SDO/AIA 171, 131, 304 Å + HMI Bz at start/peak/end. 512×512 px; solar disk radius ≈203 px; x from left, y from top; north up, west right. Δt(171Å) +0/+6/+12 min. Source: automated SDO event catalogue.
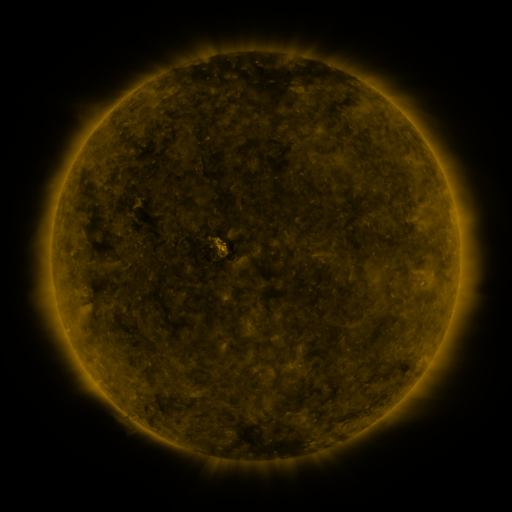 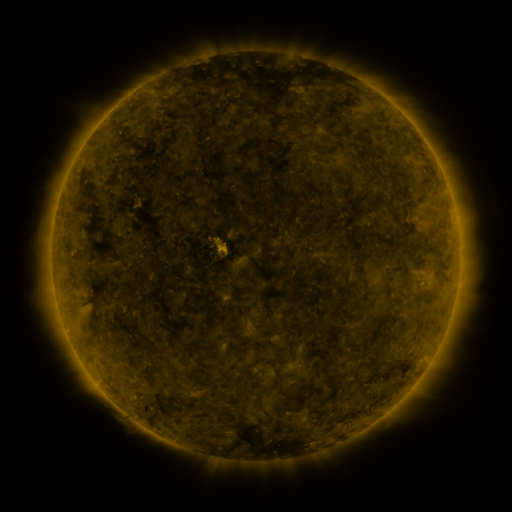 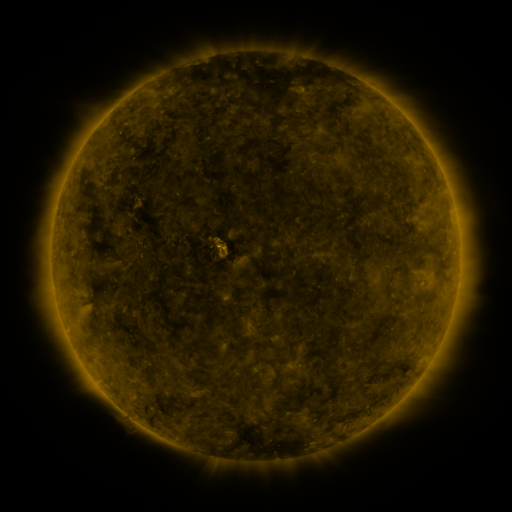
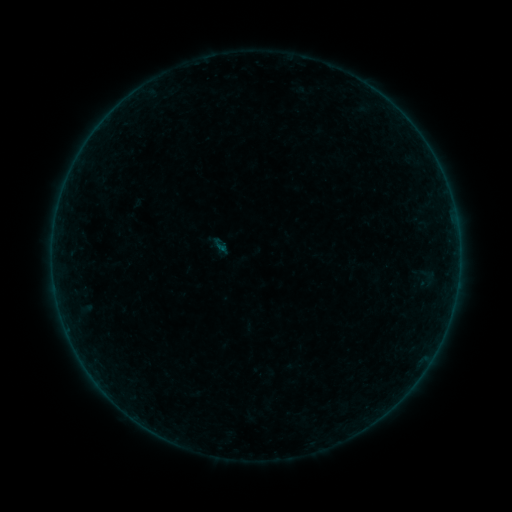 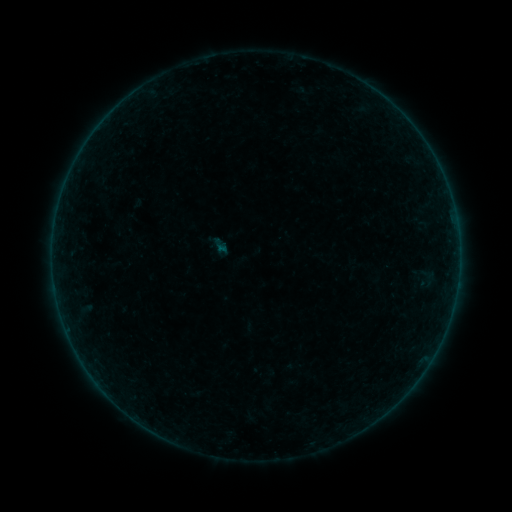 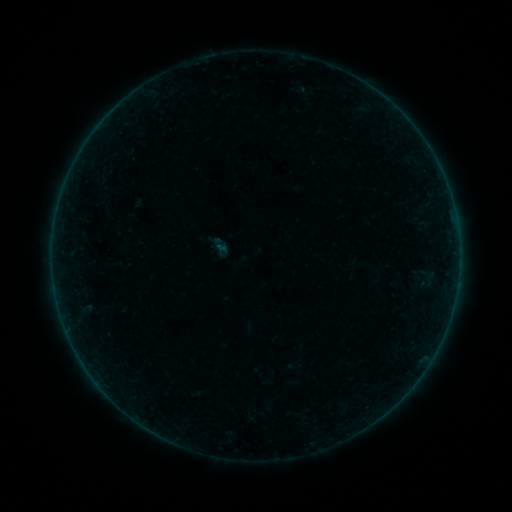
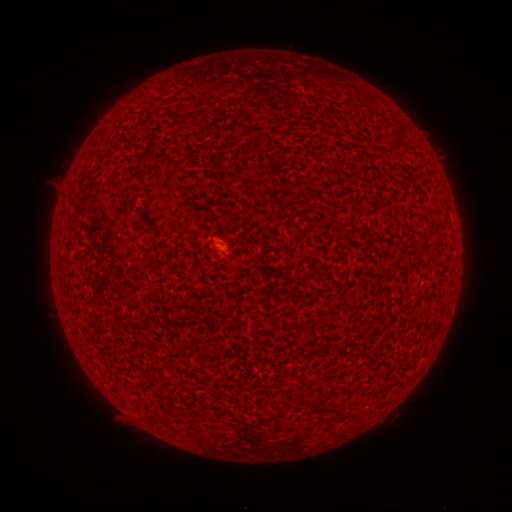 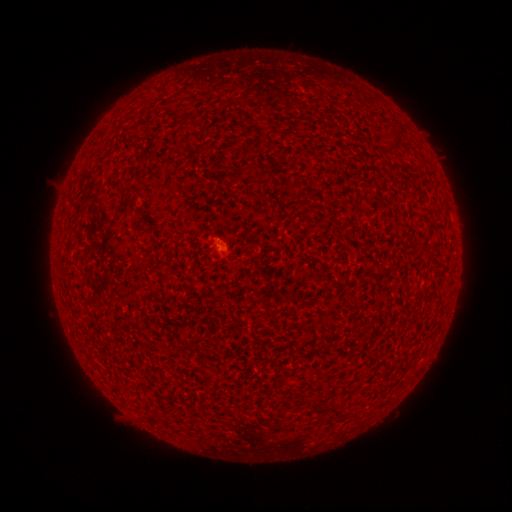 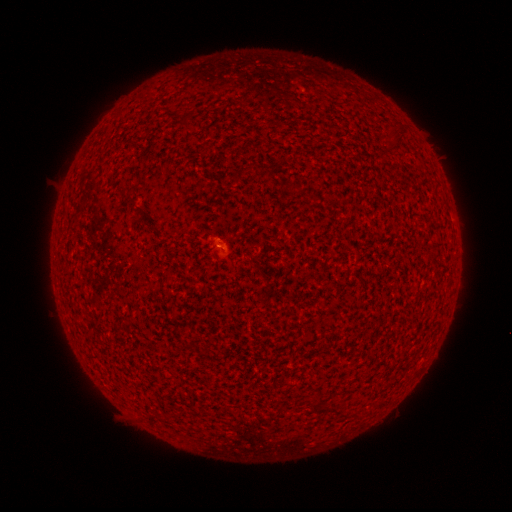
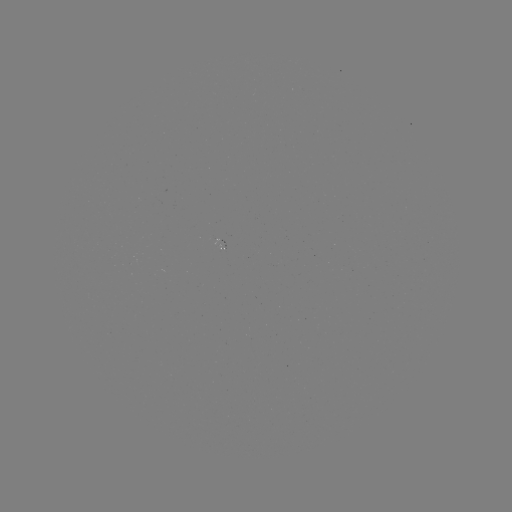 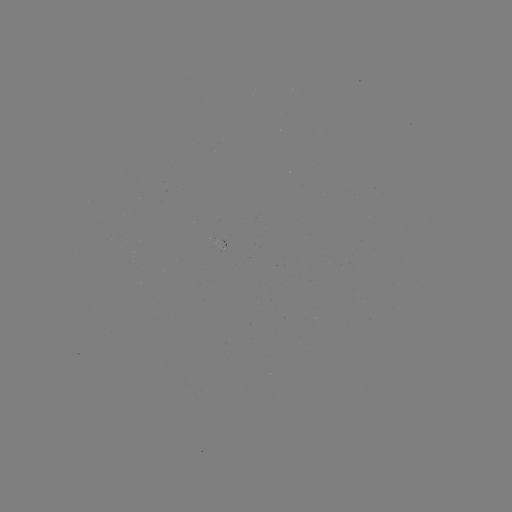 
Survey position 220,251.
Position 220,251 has A3.5 flare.